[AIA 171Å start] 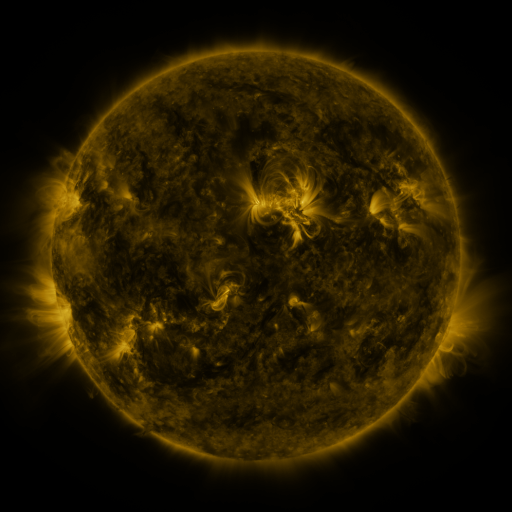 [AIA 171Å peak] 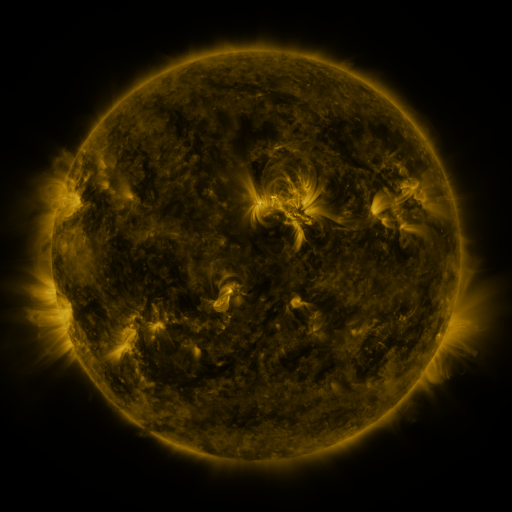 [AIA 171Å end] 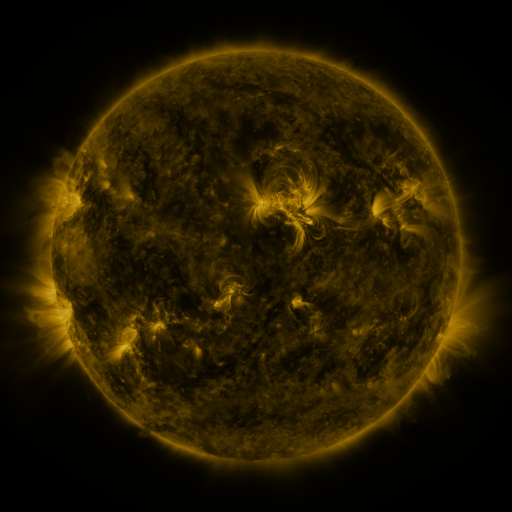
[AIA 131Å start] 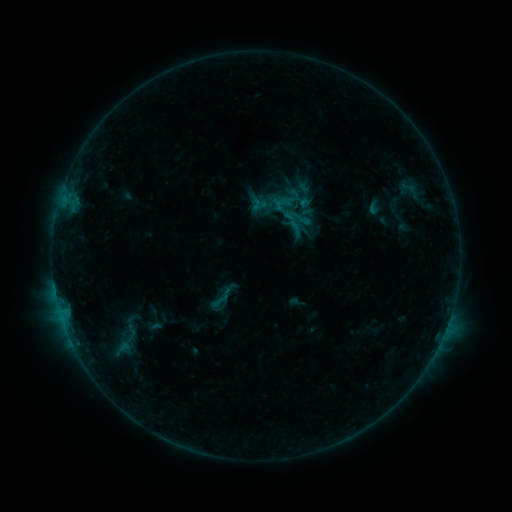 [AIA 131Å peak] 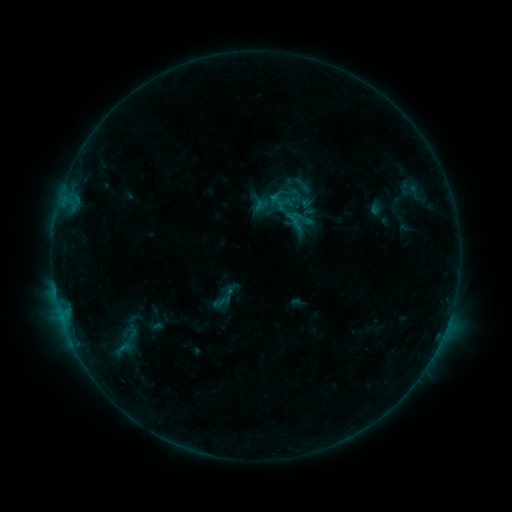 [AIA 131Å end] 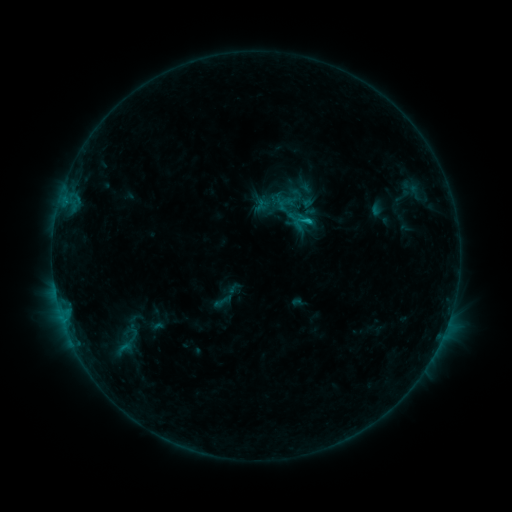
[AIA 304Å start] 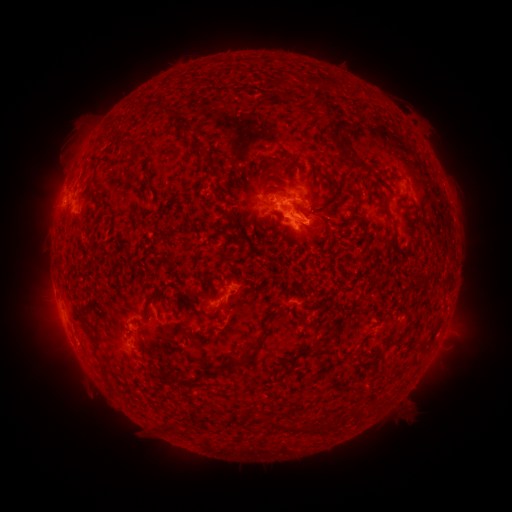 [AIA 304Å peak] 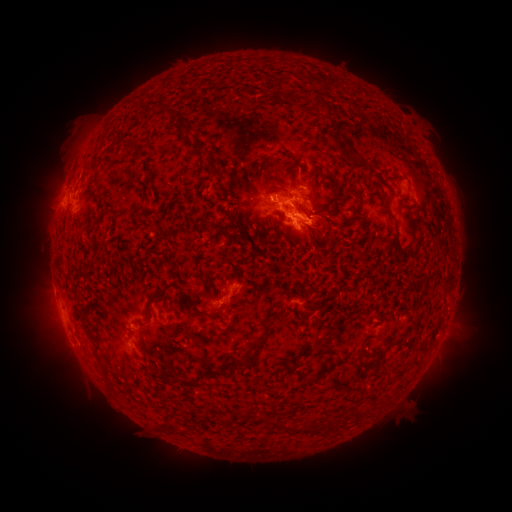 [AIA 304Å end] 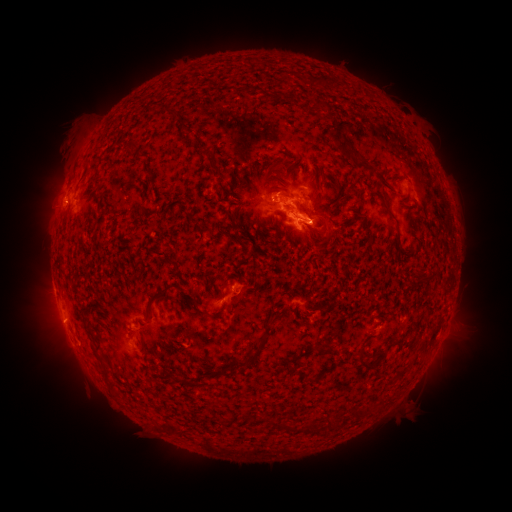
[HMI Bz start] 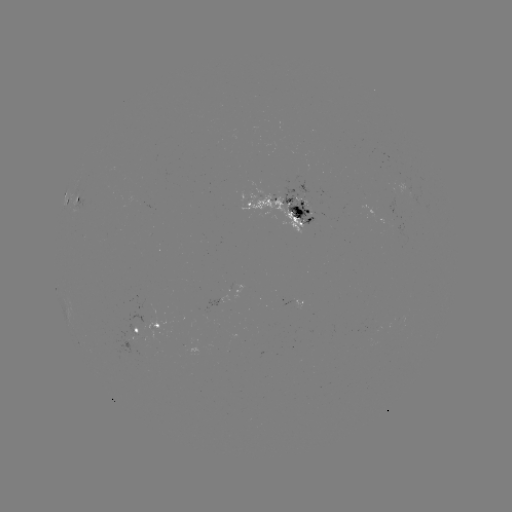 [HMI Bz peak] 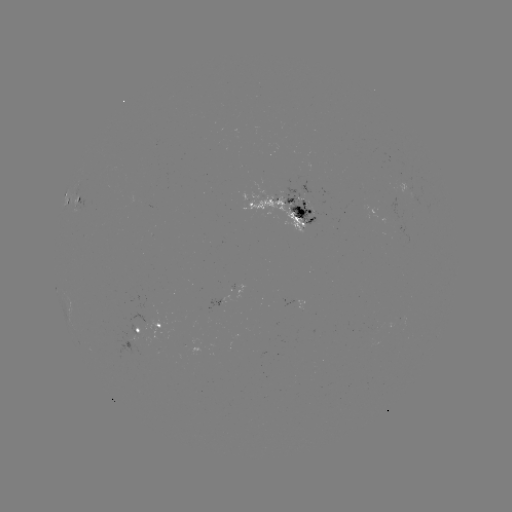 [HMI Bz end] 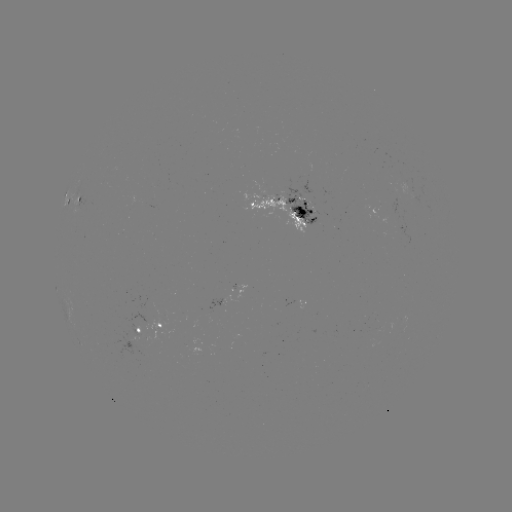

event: emerging-flux region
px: (408, 187)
